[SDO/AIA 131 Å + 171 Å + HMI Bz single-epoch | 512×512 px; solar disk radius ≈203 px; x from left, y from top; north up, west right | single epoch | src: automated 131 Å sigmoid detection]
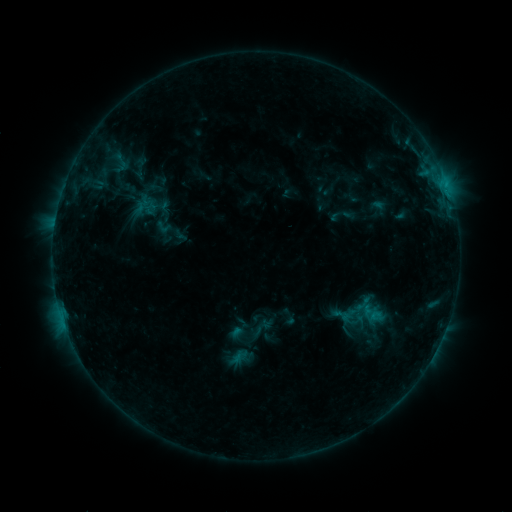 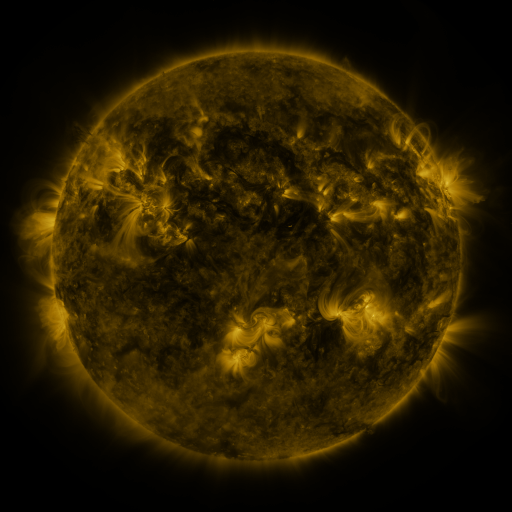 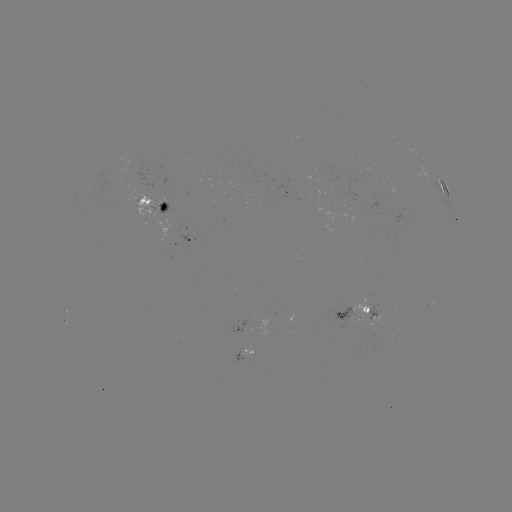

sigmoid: [154, 217, 174, 237]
